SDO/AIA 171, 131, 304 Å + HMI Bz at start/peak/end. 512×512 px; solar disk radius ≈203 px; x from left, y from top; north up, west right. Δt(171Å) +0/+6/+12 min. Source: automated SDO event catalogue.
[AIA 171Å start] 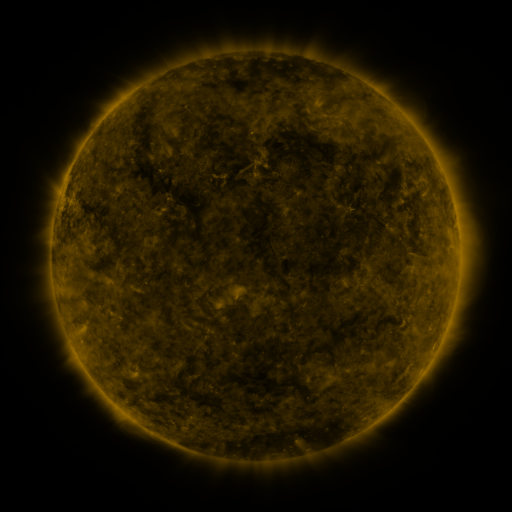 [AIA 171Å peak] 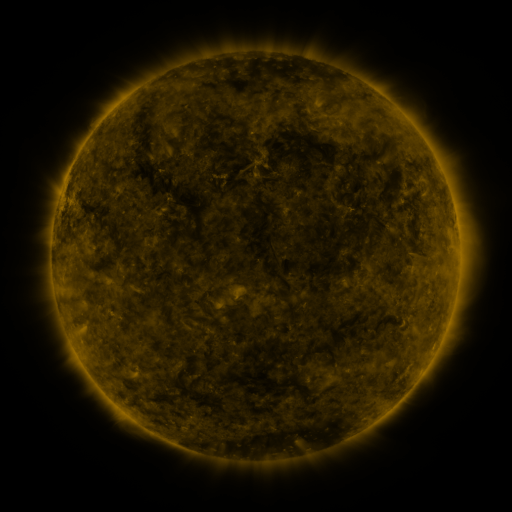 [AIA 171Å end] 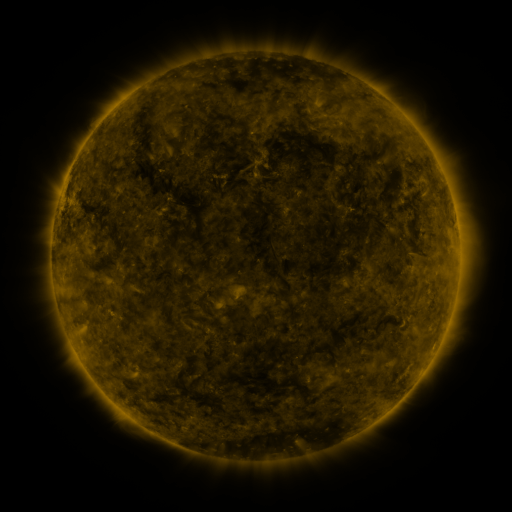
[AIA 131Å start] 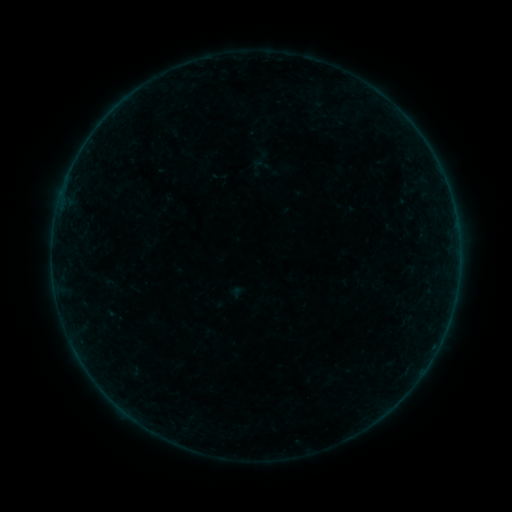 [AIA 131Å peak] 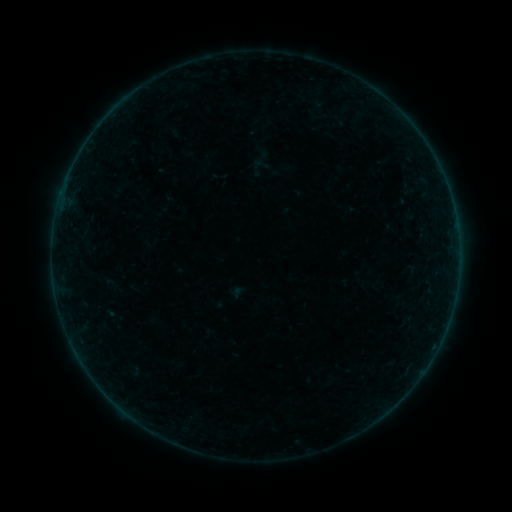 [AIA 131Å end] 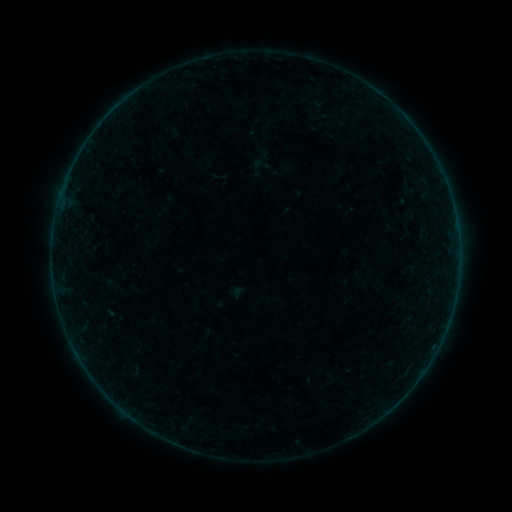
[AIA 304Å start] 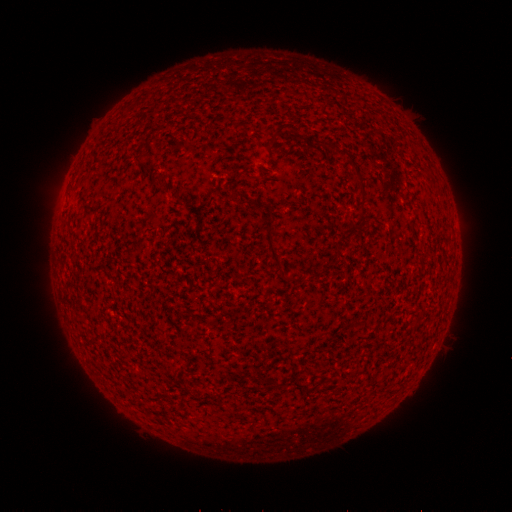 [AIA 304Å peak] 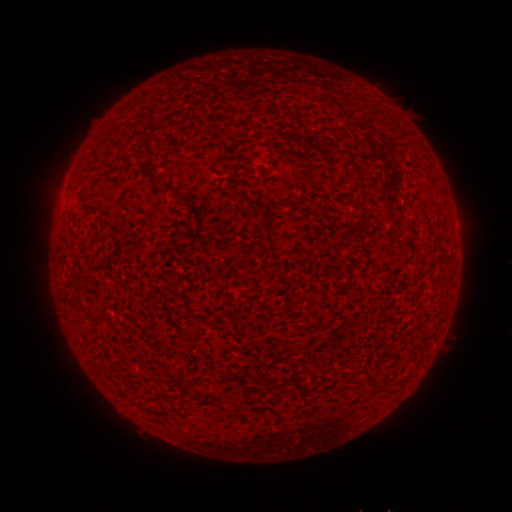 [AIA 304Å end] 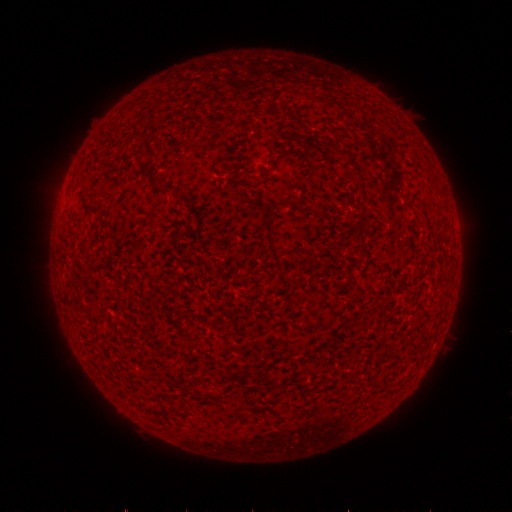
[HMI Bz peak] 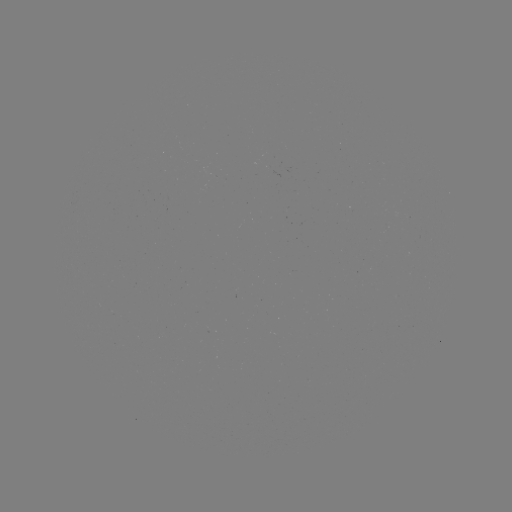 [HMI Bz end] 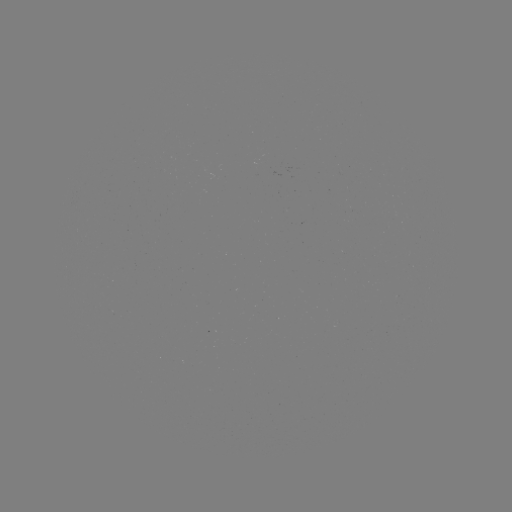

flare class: B2.5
